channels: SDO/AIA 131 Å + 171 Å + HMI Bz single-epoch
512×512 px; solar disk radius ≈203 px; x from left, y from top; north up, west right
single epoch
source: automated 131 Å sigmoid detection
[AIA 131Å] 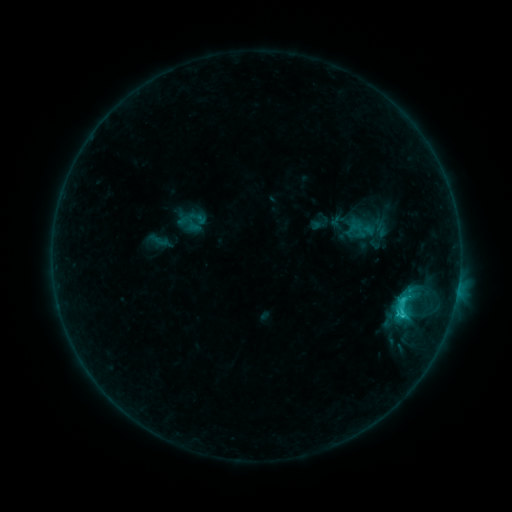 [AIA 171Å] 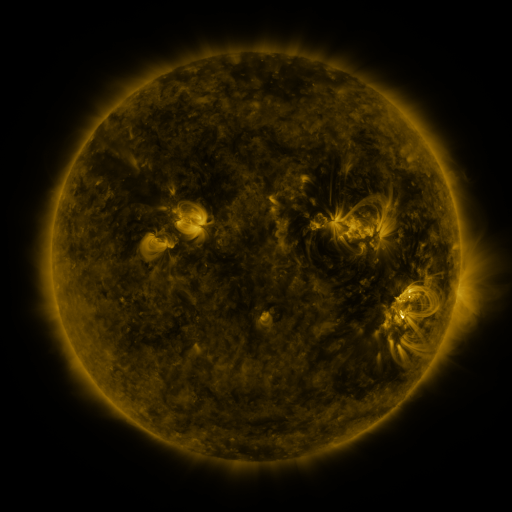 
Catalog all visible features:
sigmoid: [388, 292, 417, 321]
